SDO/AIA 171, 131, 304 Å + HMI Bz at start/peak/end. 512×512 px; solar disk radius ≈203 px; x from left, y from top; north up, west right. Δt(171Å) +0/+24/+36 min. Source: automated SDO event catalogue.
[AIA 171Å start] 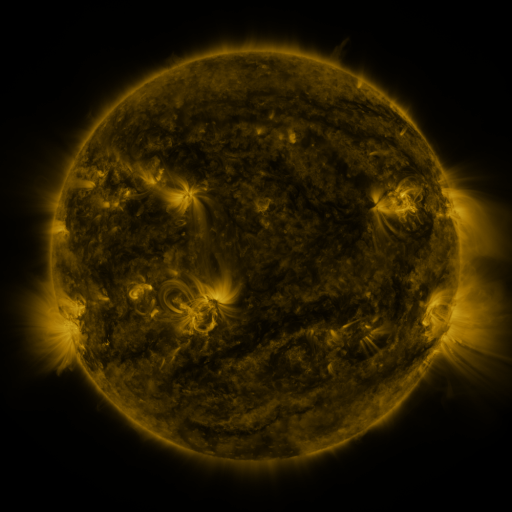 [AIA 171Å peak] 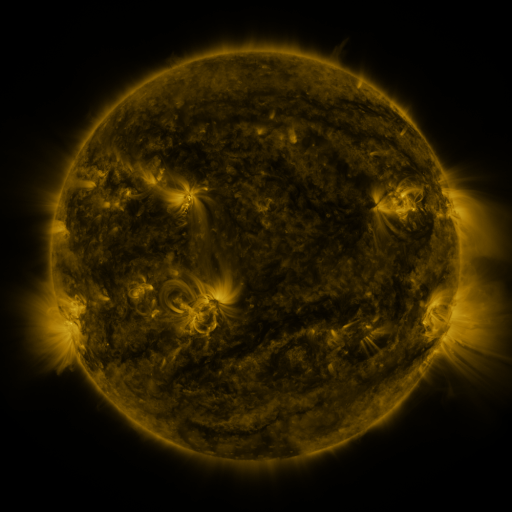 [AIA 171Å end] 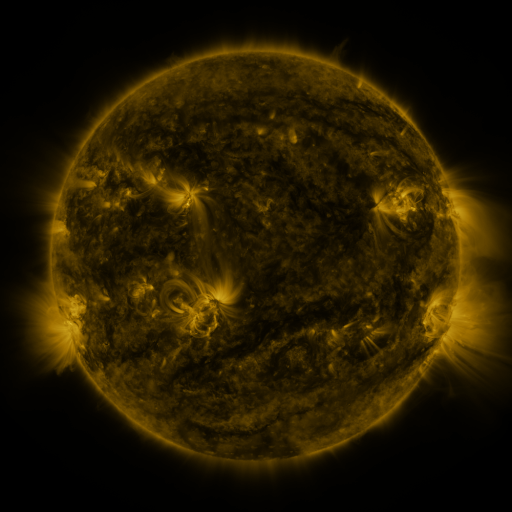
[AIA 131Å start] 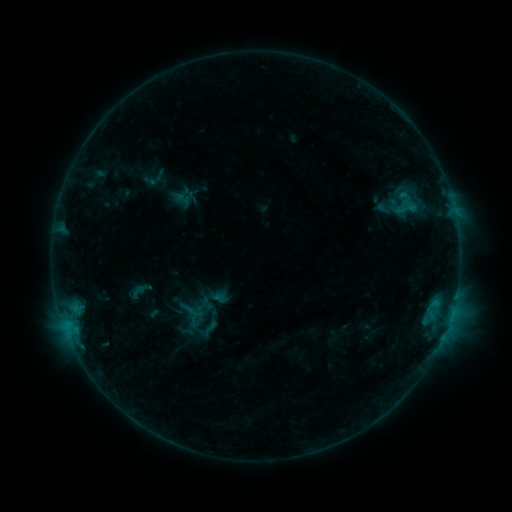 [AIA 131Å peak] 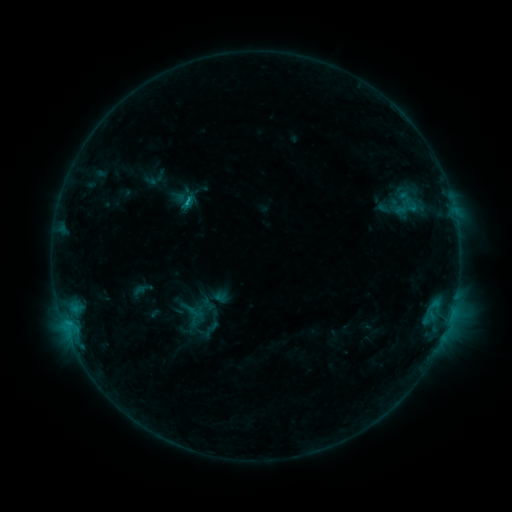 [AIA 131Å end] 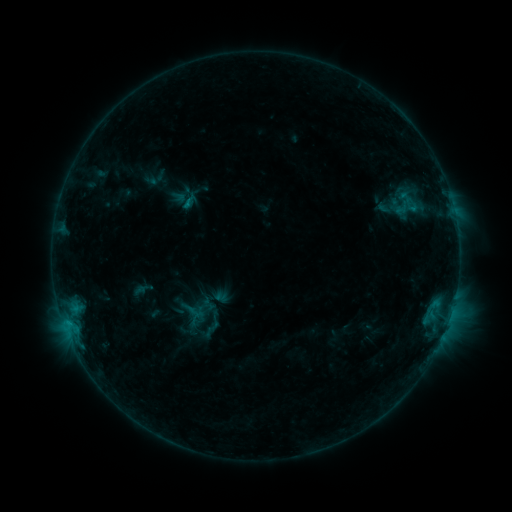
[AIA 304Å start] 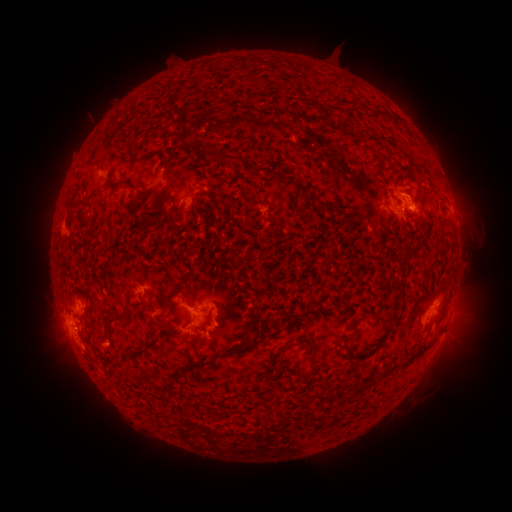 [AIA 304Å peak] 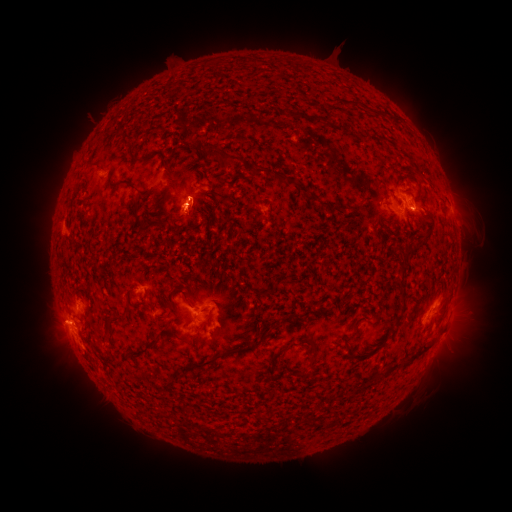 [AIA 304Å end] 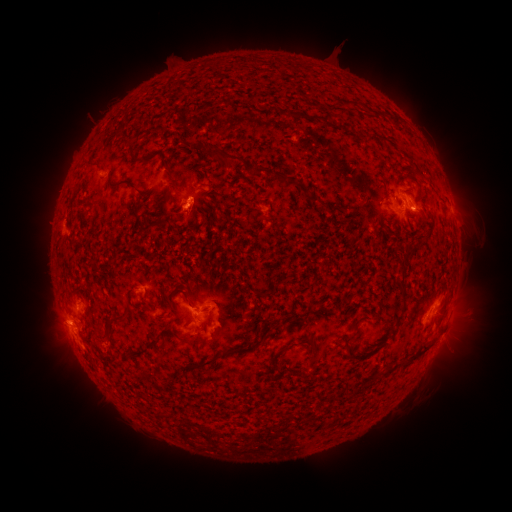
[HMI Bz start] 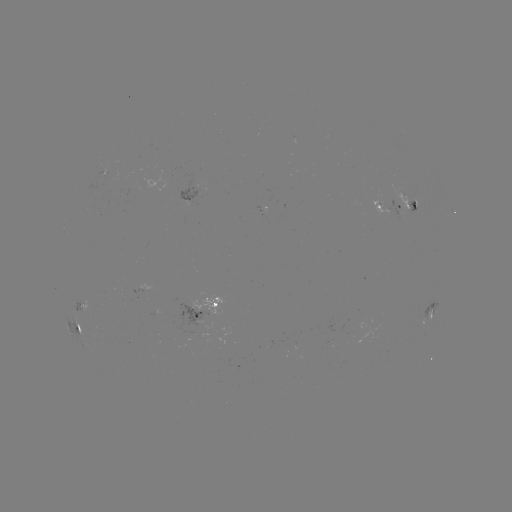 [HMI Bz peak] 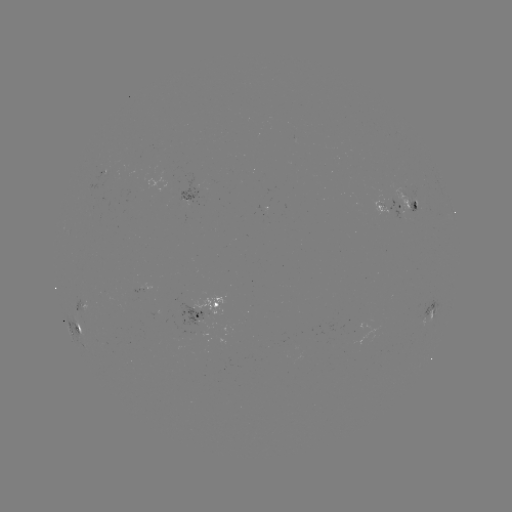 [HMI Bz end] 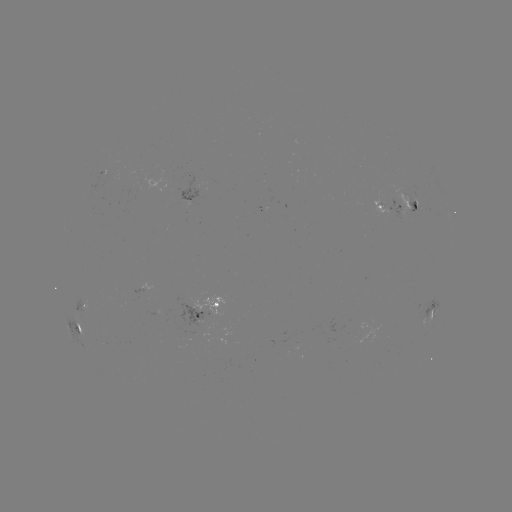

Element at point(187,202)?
C1.1 flare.